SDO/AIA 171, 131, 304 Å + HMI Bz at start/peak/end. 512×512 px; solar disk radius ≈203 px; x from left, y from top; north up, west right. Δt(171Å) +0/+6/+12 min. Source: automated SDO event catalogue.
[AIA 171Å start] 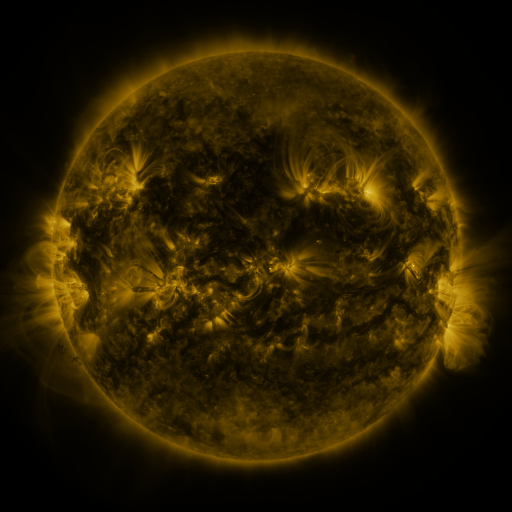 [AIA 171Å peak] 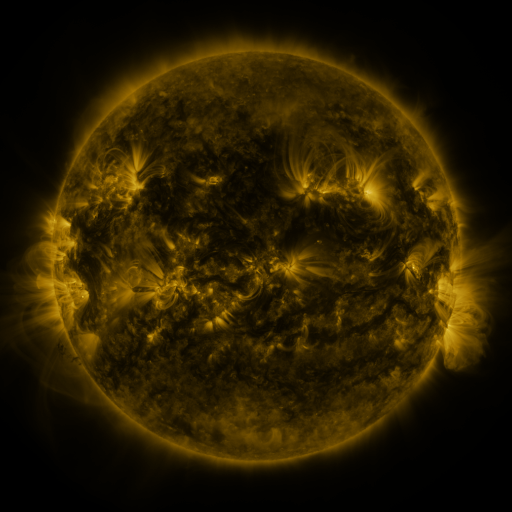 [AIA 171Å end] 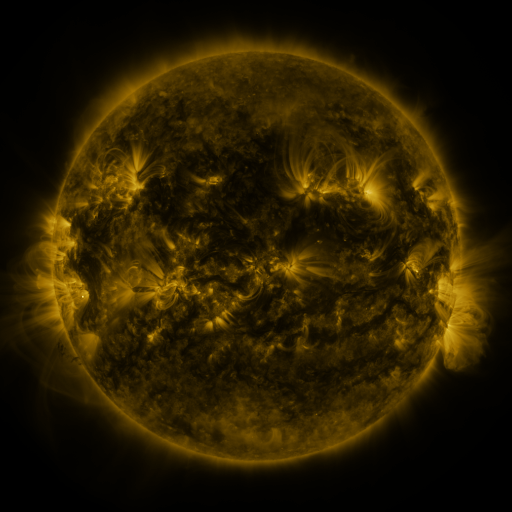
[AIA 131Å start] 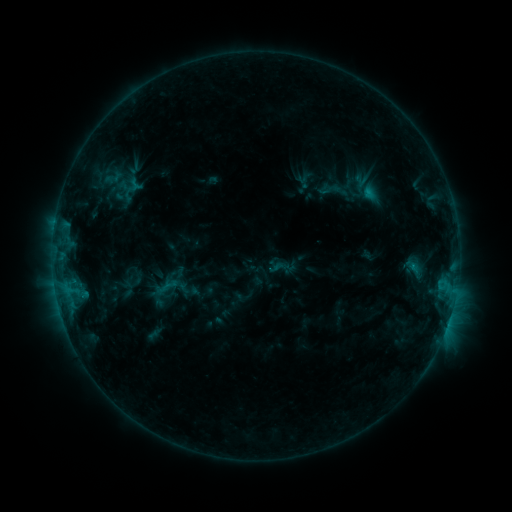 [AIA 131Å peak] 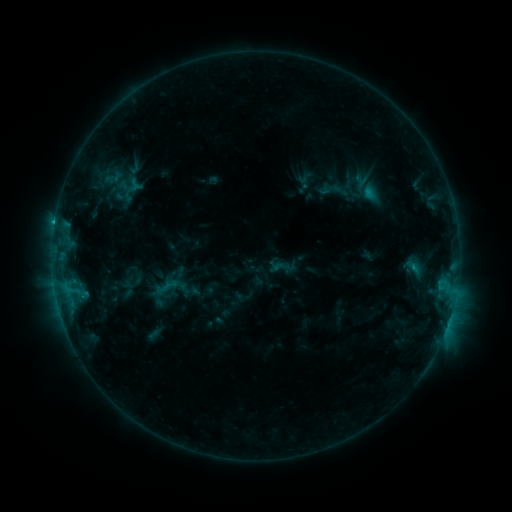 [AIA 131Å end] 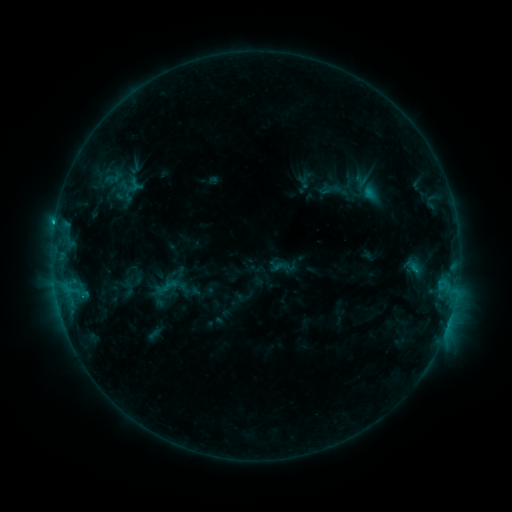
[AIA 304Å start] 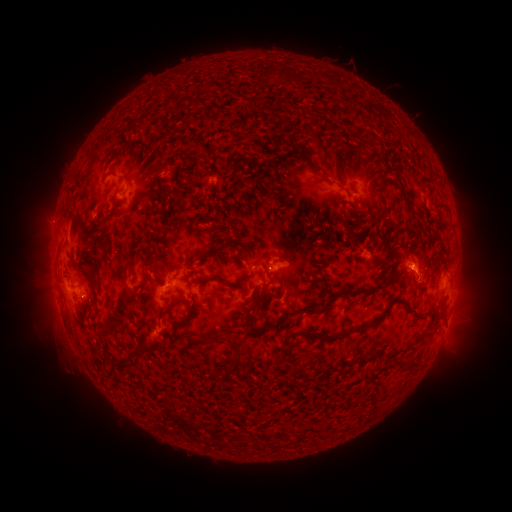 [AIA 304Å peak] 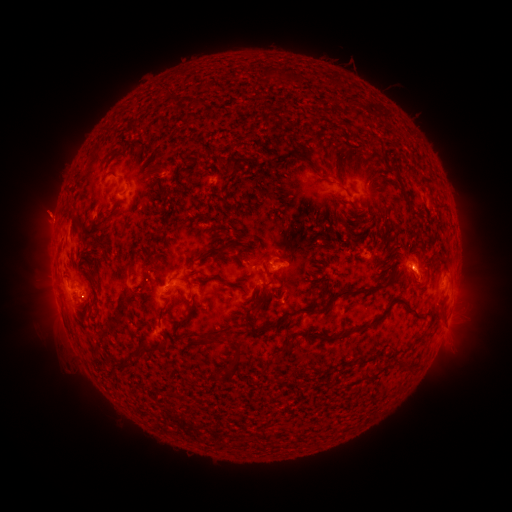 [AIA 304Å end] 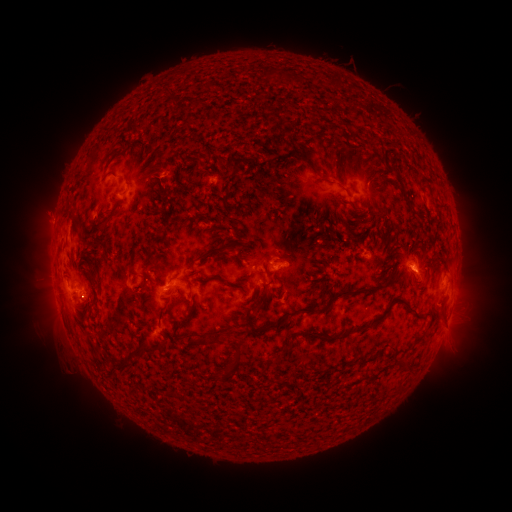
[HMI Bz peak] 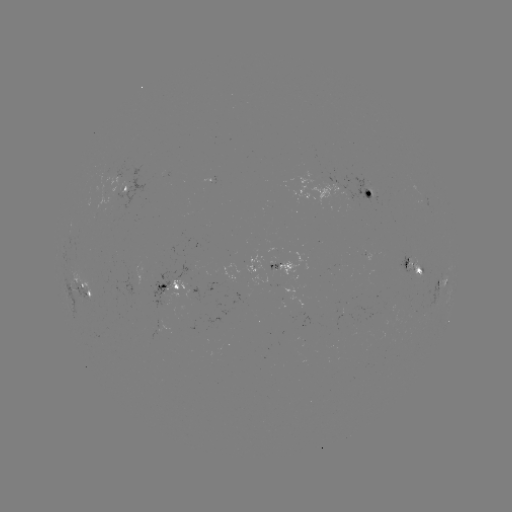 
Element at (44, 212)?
eruption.